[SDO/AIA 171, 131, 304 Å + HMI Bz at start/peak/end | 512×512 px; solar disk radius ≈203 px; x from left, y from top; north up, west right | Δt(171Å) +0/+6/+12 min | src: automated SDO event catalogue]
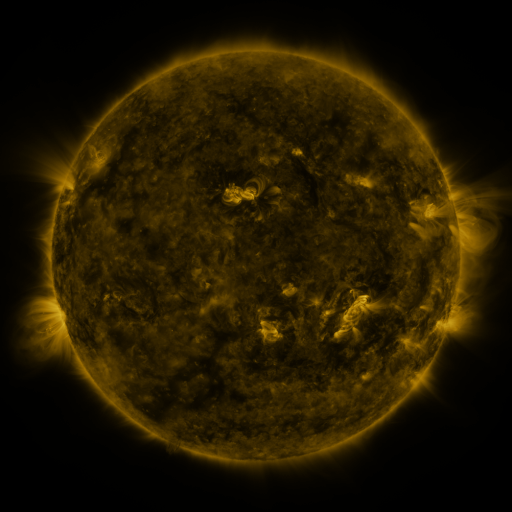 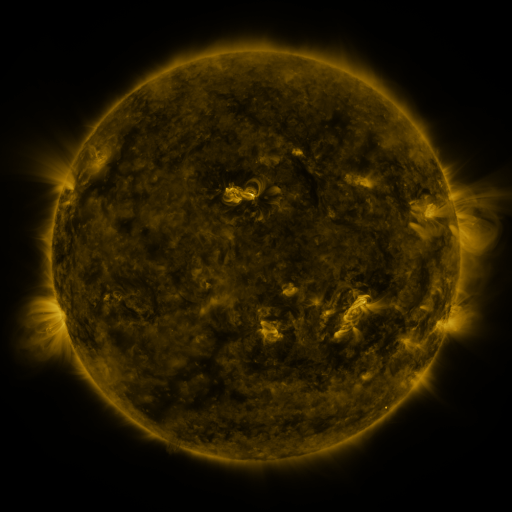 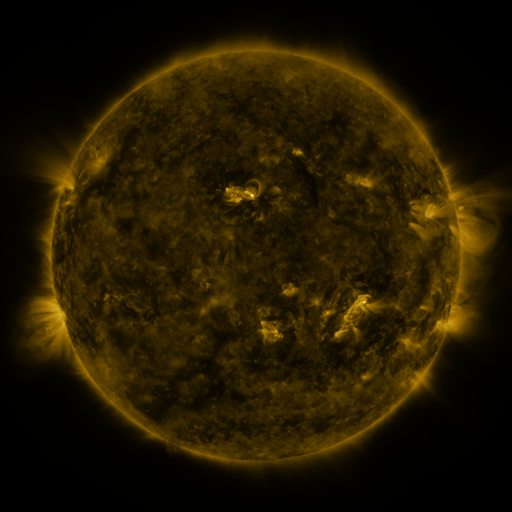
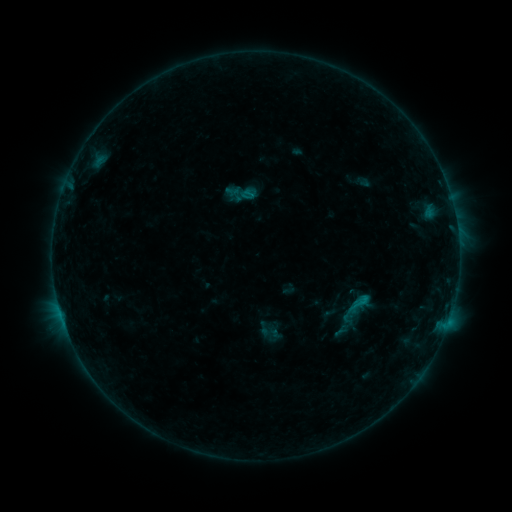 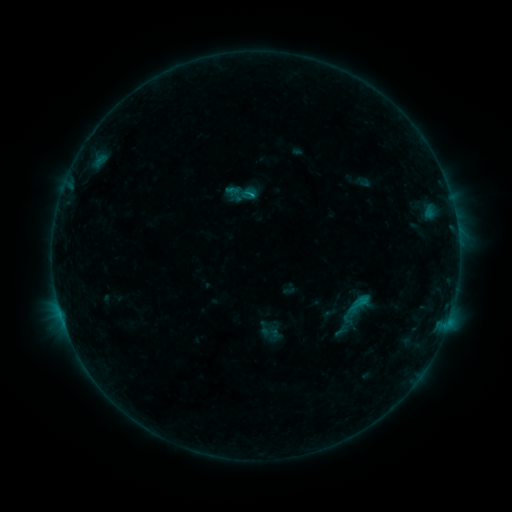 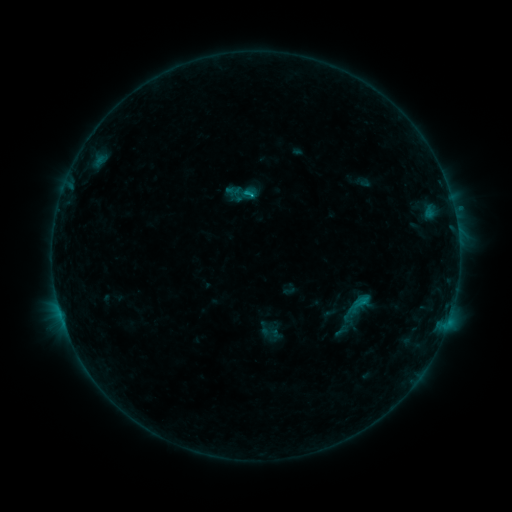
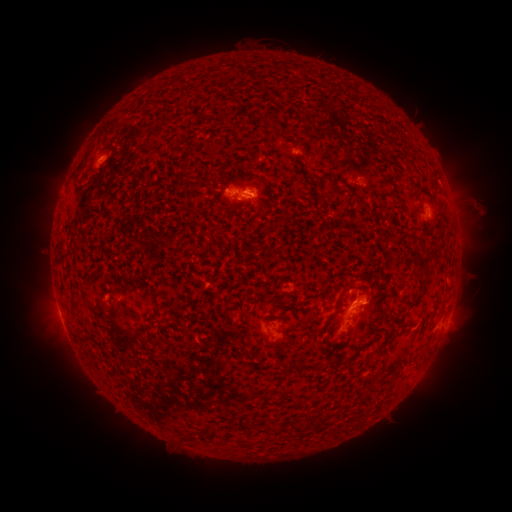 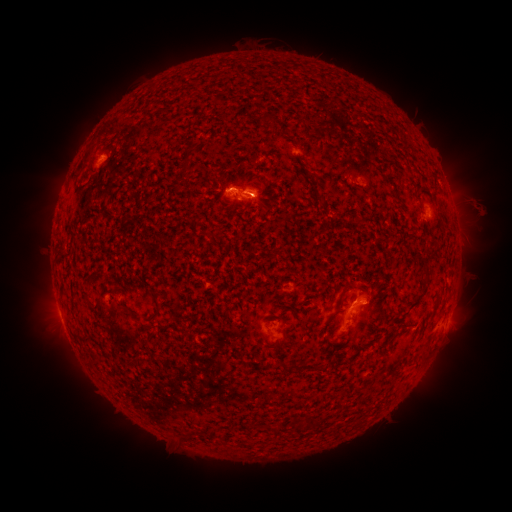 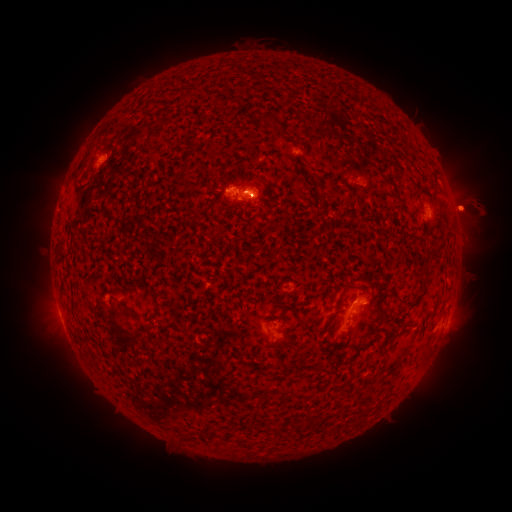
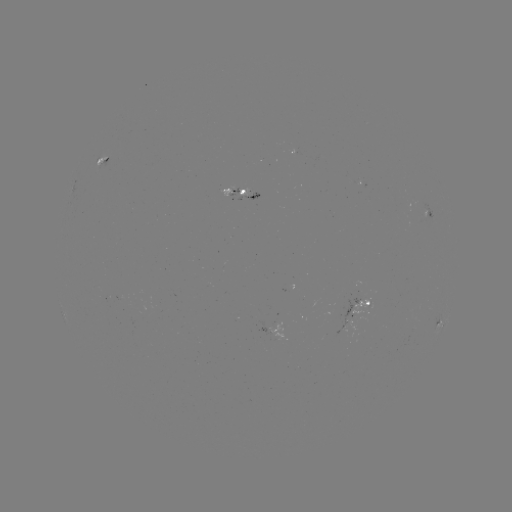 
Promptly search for C1.4 flare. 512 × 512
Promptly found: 252,195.